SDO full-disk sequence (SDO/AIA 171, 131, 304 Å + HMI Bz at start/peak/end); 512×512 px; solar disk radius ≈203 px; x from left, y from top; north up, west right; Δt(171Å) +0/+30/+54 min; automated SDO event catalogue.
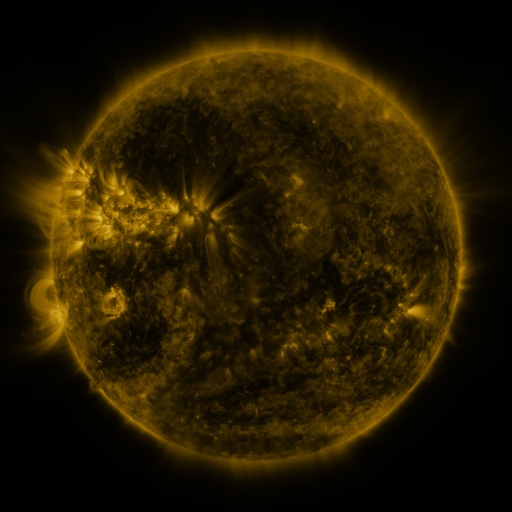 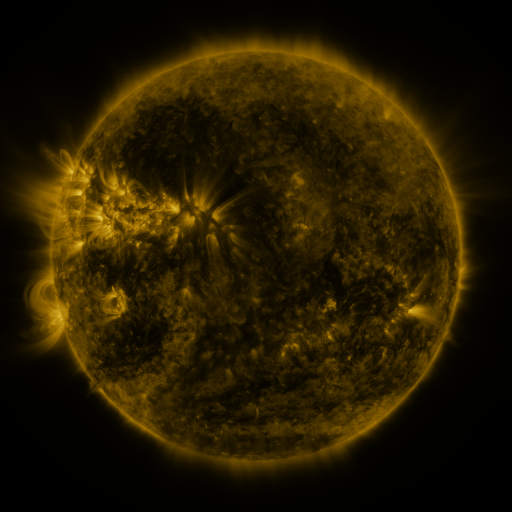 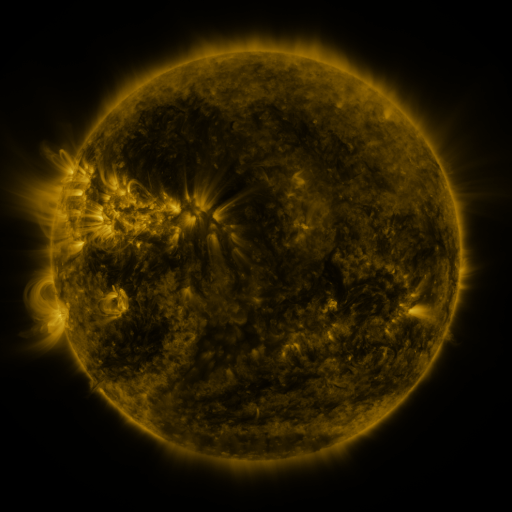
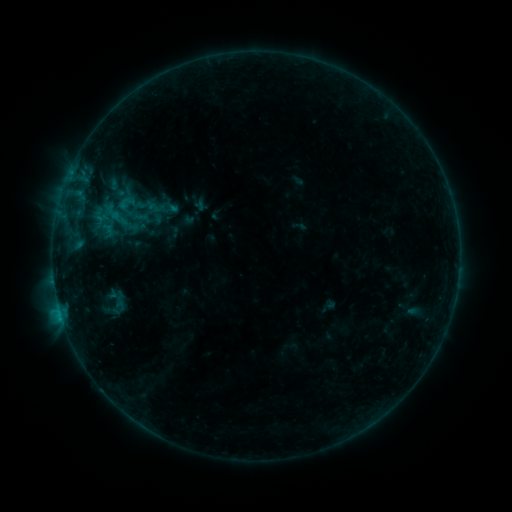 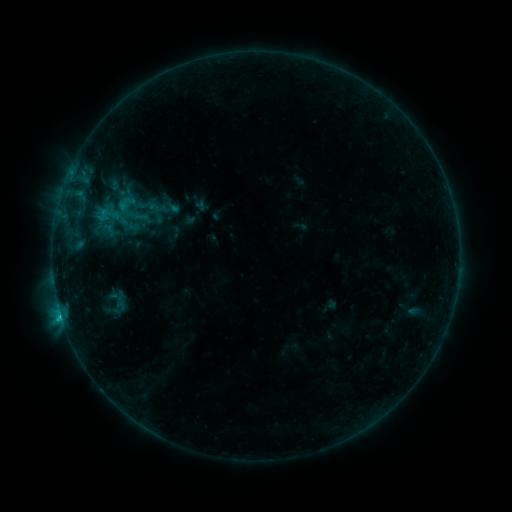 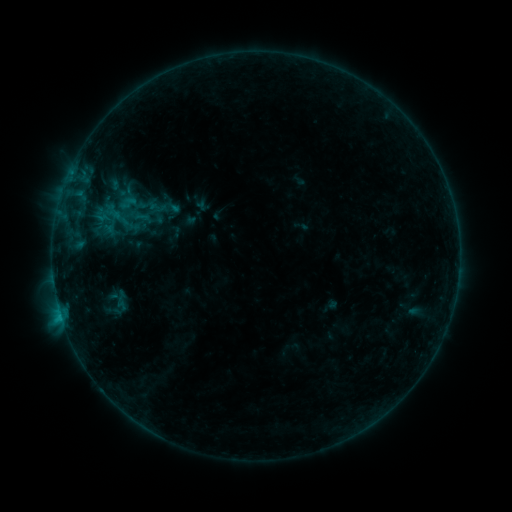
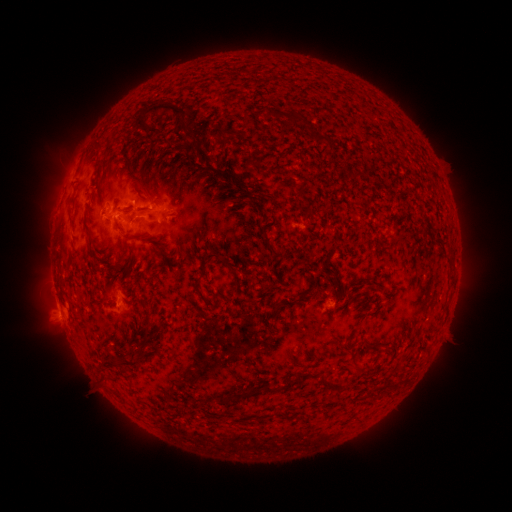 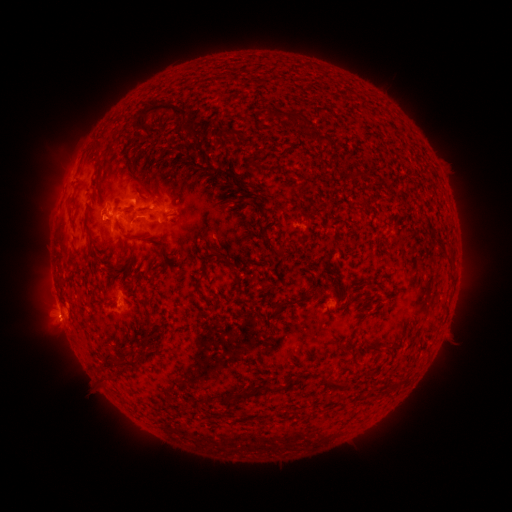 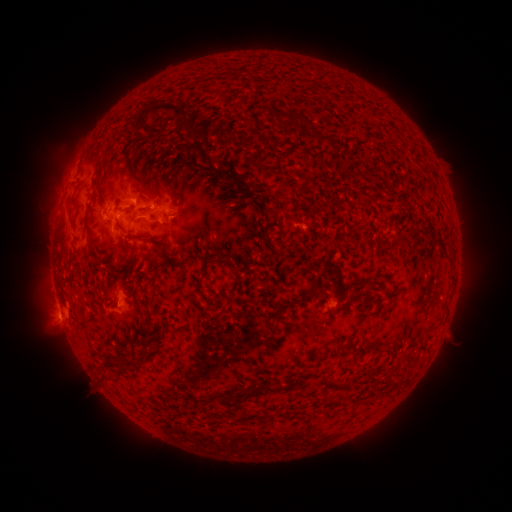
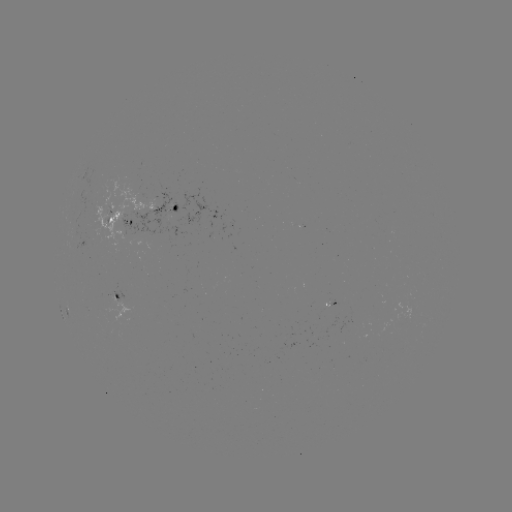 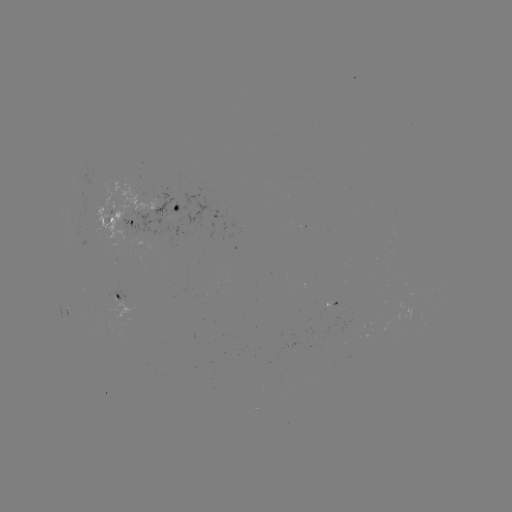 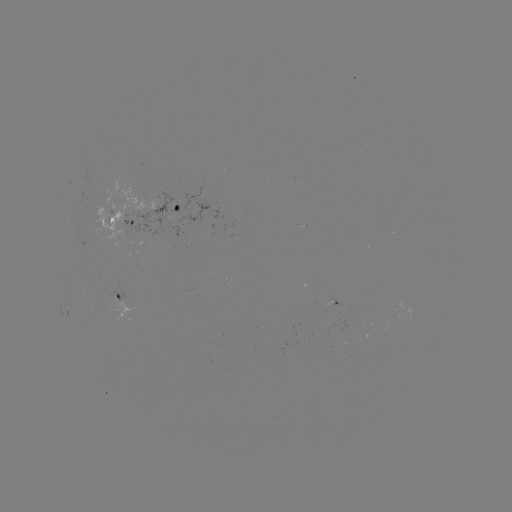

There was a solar flare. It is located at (104, 213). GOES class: C1.0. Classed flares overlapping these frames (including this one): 1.